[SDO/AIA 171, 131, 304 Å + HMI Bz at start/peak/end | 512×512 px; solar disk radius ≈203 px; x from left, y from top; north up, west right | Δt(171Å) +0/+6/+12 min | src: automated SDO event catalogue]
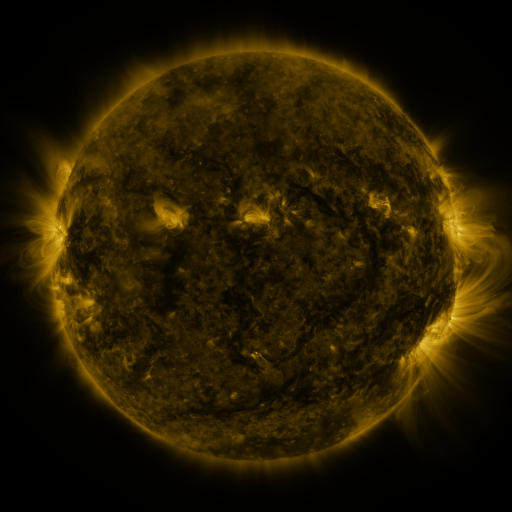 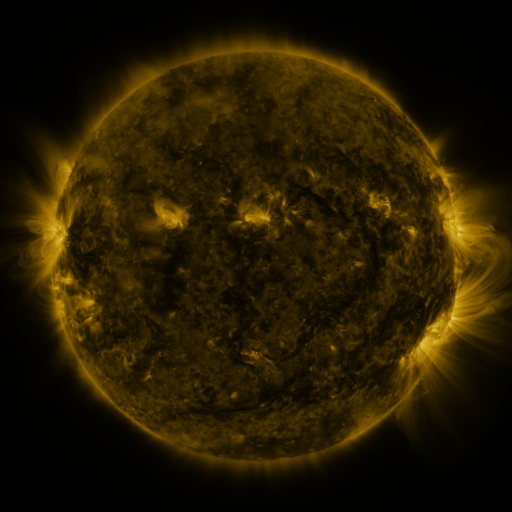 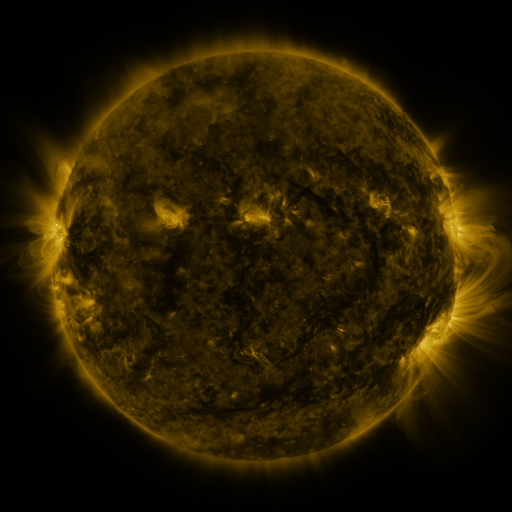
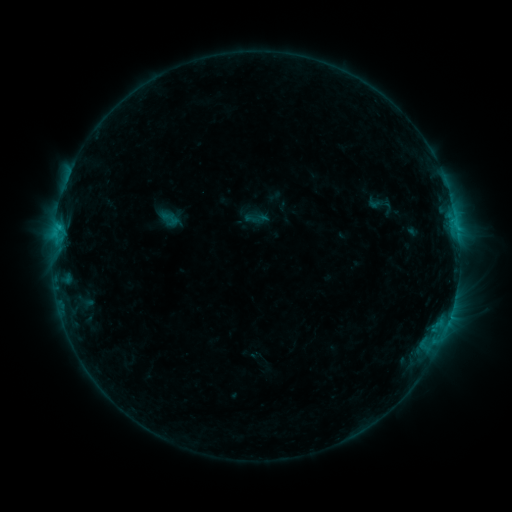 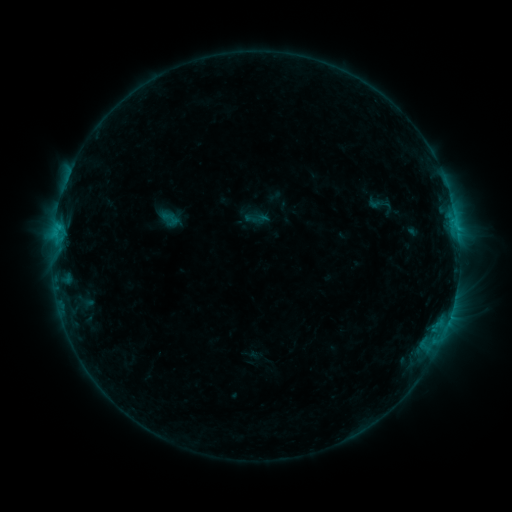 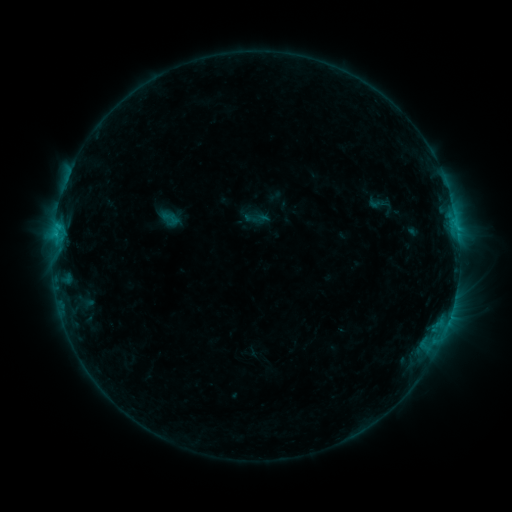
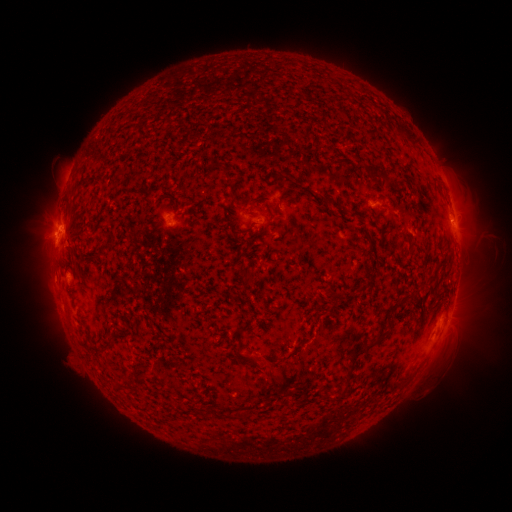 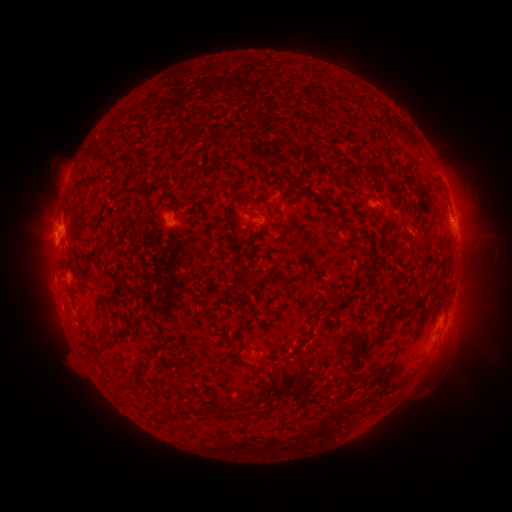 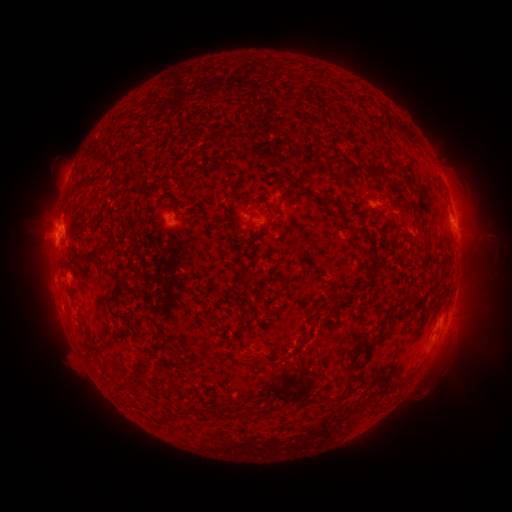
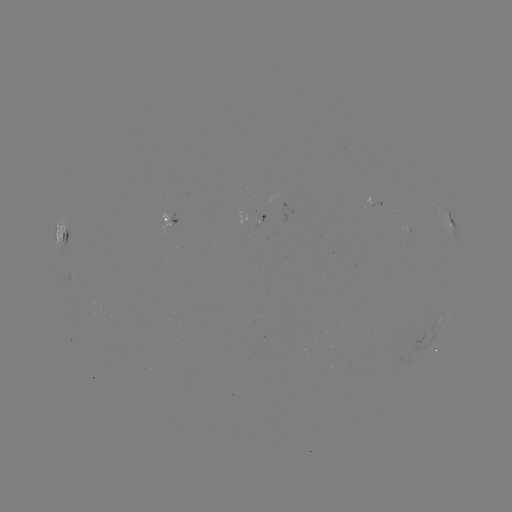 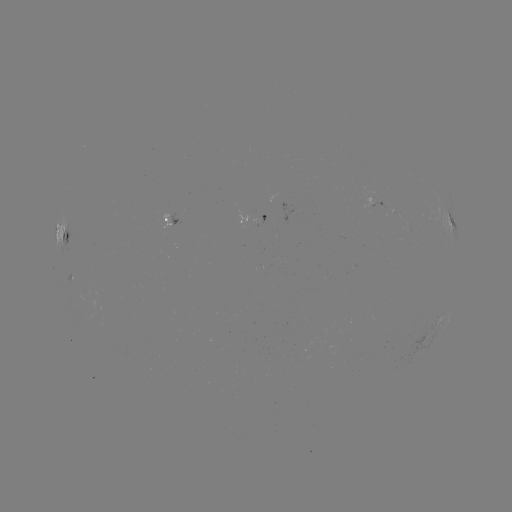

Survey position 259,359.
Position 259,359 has eruption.